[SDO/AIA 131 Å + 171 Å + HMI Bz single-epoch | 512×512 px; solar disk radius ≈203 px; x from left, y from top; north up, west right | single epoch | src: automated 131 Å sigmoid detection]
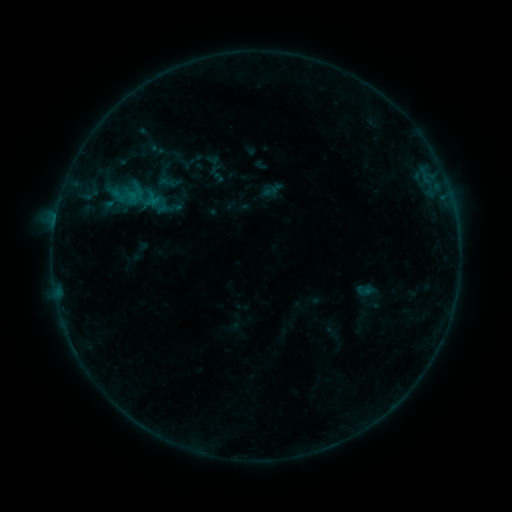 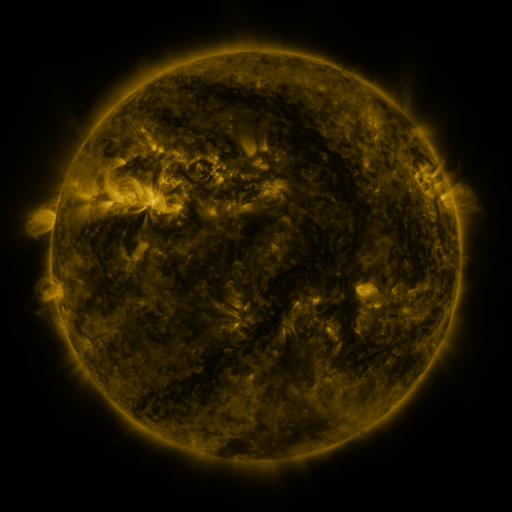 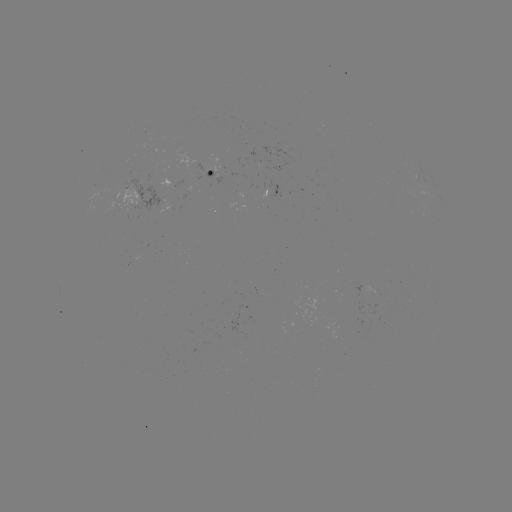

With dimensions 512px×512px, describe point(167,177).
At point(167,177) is sigmoid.